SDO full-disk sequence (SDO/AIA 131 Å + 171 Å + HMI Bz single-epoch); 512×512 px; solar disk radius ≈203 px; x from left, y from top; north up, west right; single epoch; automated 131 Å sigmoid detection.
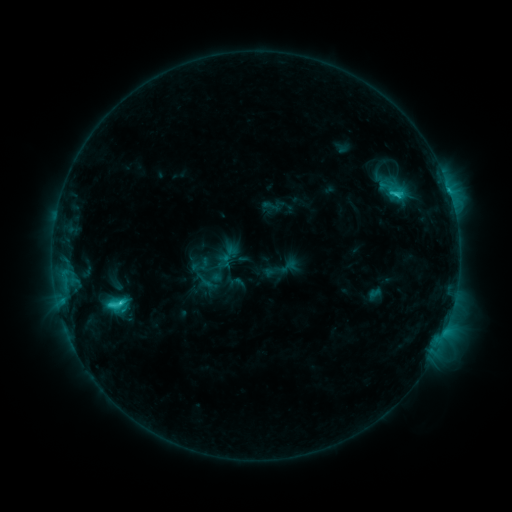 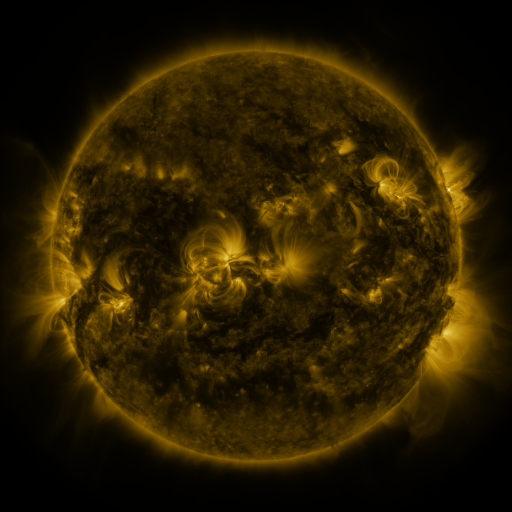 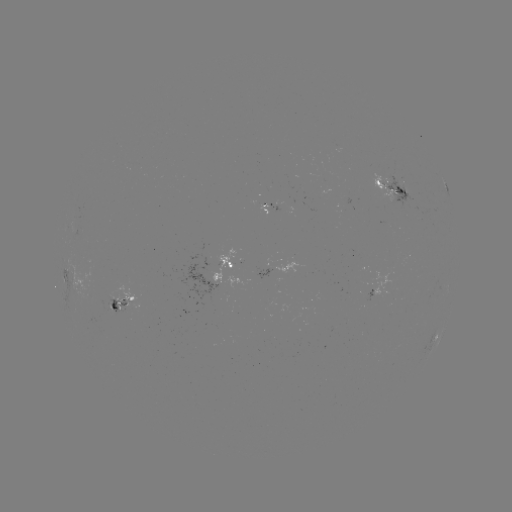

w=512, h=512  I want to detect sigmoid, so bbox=[193, 270, 216, 291].